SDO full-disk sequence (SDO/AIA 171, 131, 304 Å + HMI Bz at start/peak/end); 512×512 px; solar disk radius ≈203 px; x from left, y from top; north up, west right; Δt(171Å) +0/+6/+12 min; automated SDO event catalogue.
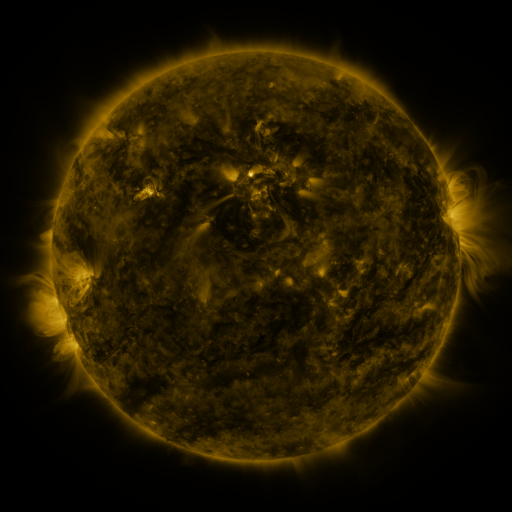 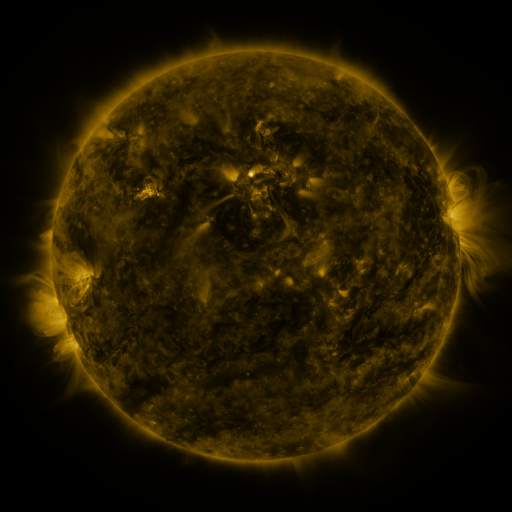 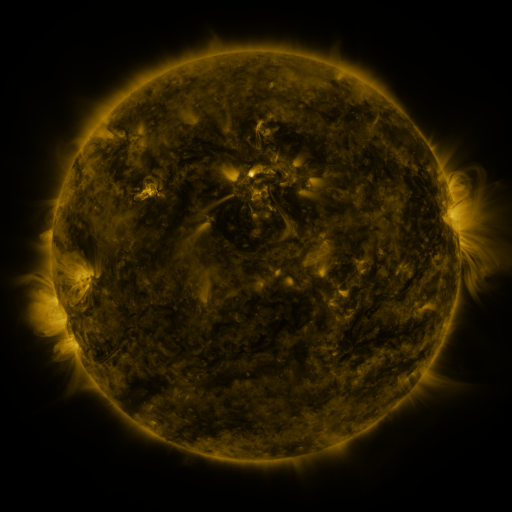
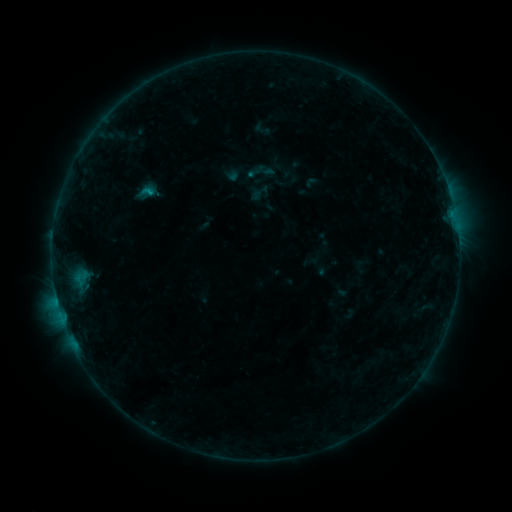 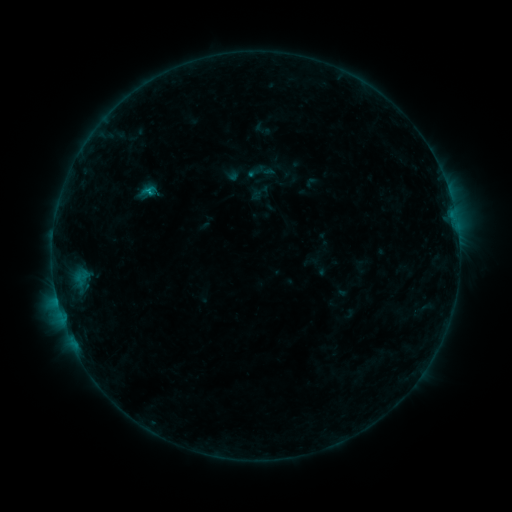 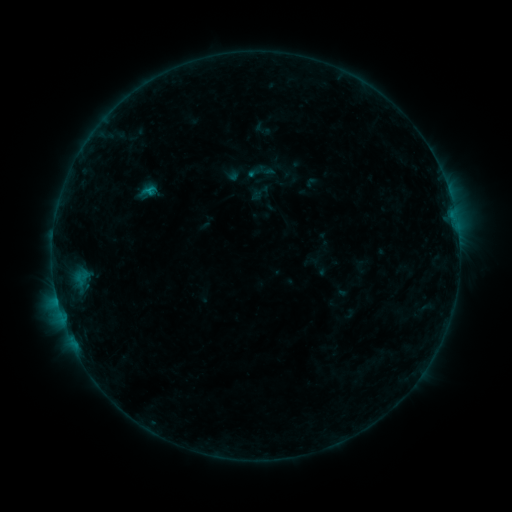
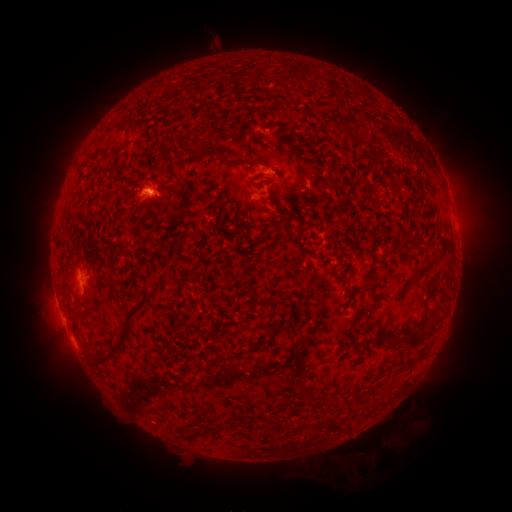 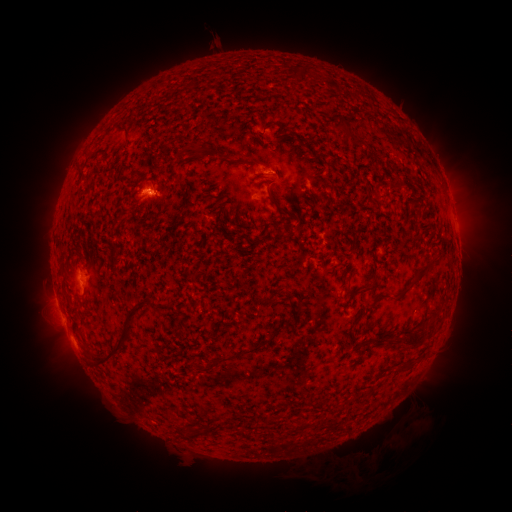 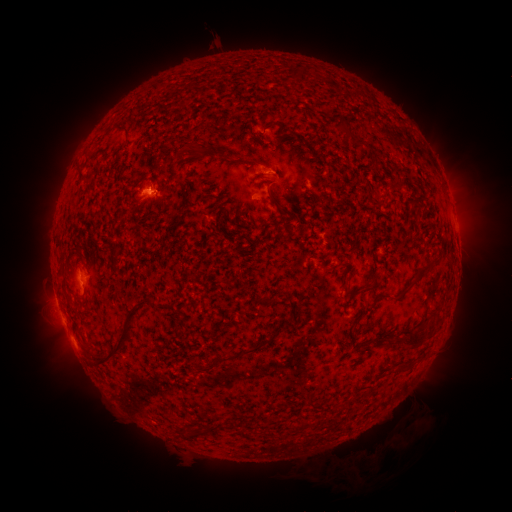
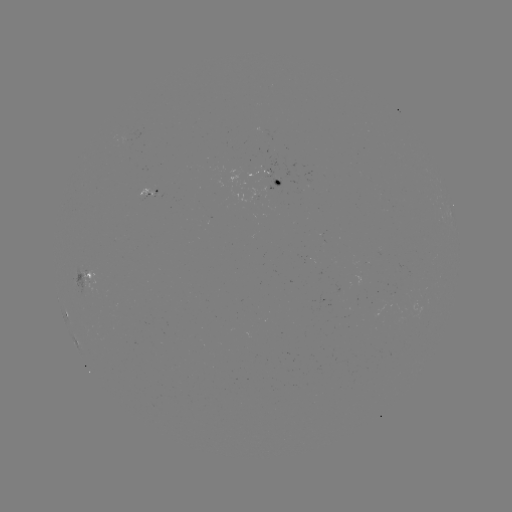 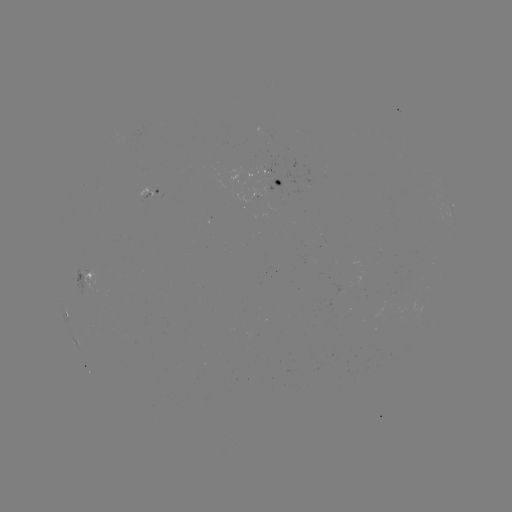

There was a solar flare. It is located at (150, 193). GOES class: B5.3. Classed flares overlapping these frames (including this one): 1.